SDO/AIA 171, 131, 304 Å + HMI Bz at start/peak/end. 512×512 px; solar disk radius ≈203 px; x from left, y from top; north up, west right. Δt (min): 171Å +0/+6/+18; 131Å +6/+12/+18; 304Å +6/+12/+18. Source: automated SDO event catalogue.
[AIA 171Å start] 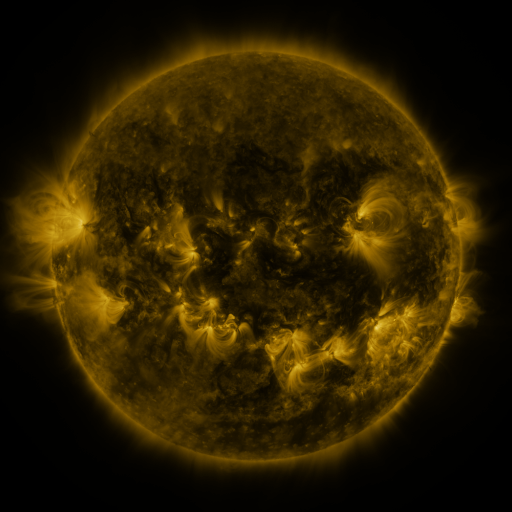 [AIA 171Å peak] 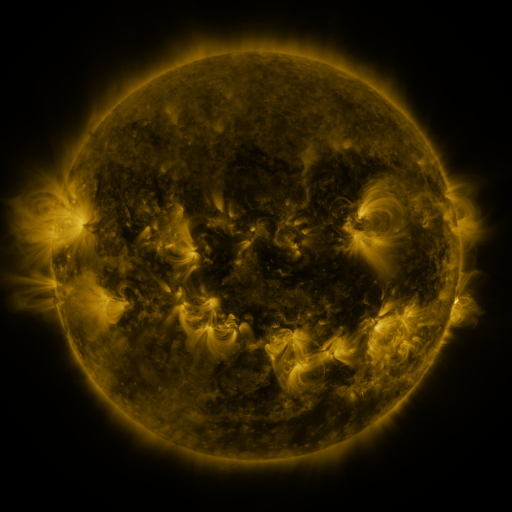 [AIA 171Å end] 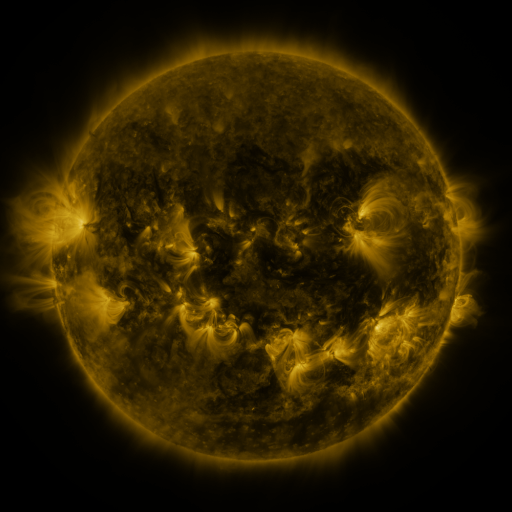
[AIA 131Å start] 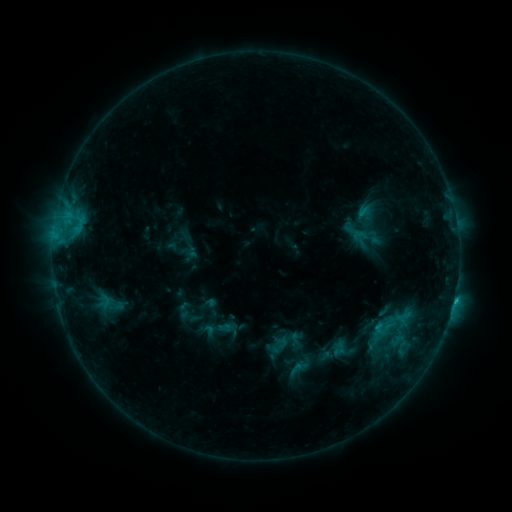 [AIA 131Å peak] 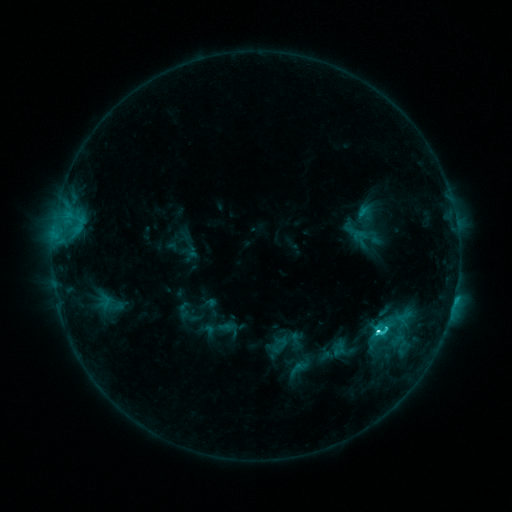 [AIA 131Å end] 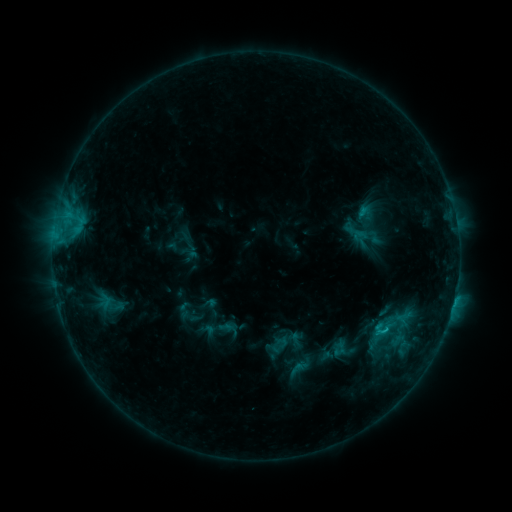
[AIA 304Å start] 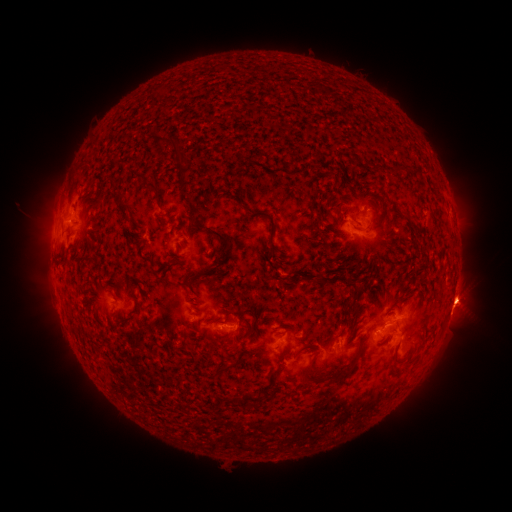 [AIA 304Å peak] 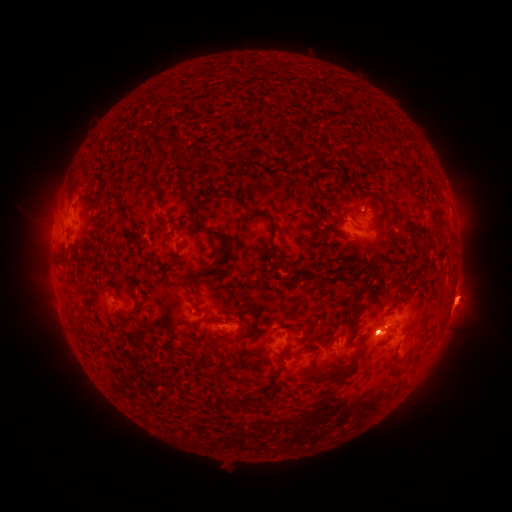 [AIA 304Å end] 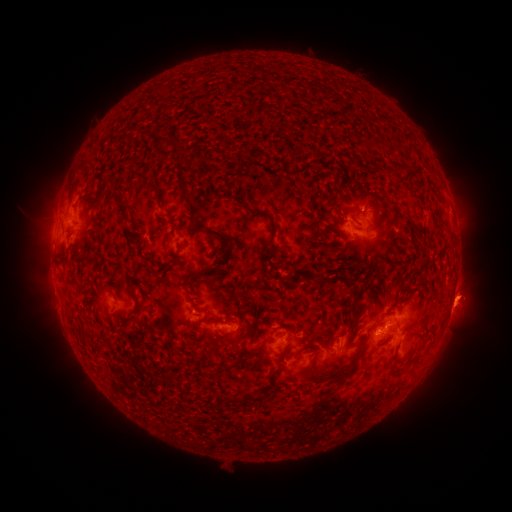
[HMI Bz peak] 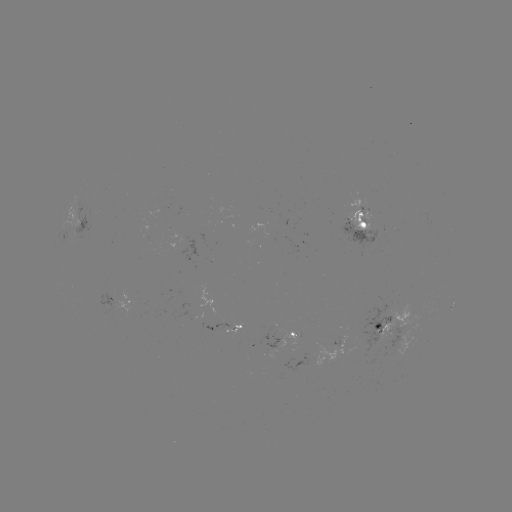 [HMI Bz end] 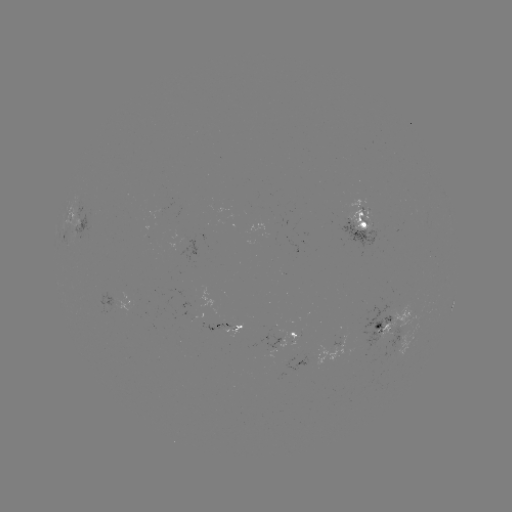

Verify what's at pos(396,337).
eruption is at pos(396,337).